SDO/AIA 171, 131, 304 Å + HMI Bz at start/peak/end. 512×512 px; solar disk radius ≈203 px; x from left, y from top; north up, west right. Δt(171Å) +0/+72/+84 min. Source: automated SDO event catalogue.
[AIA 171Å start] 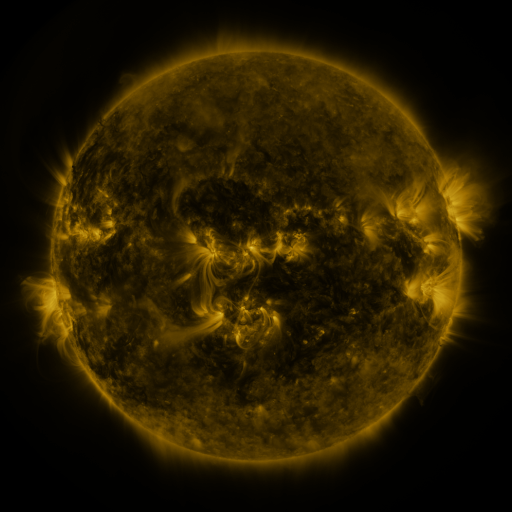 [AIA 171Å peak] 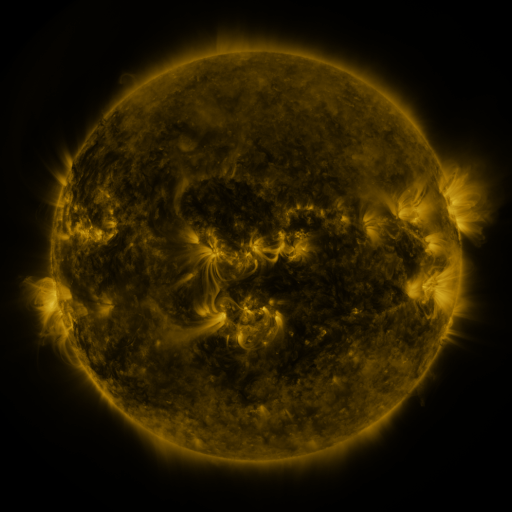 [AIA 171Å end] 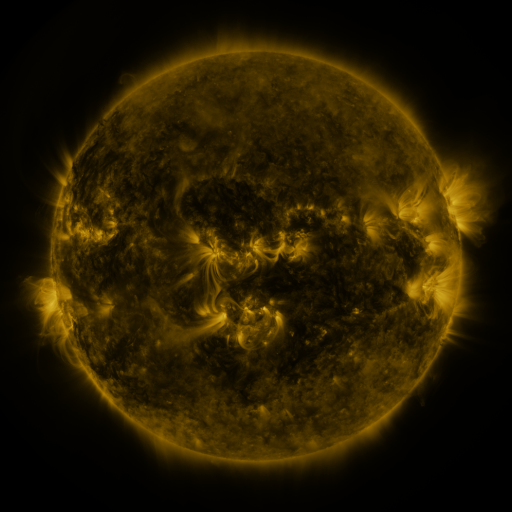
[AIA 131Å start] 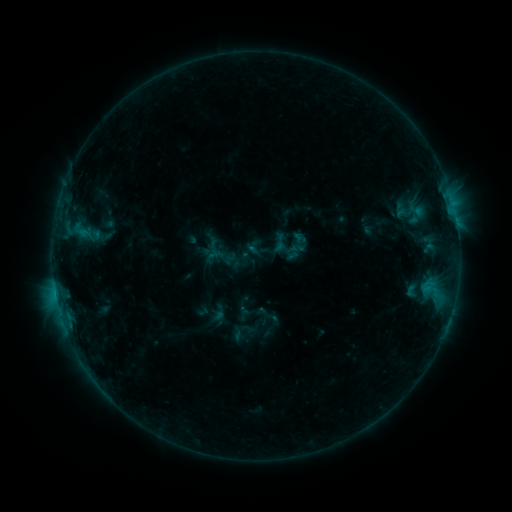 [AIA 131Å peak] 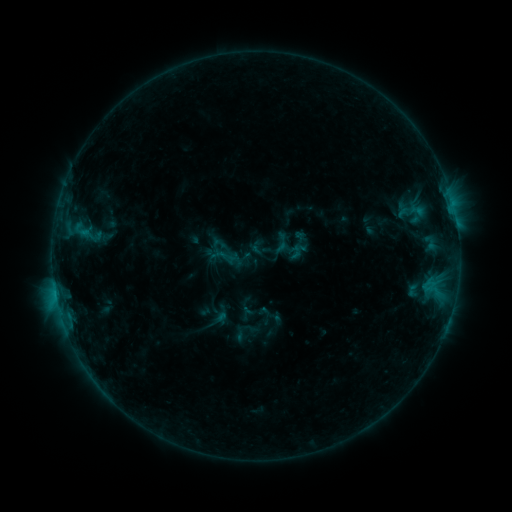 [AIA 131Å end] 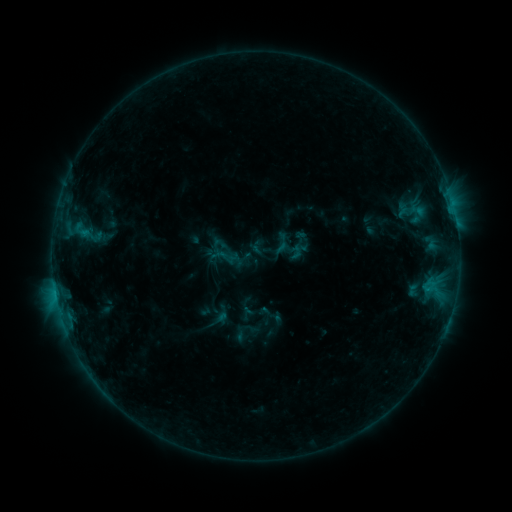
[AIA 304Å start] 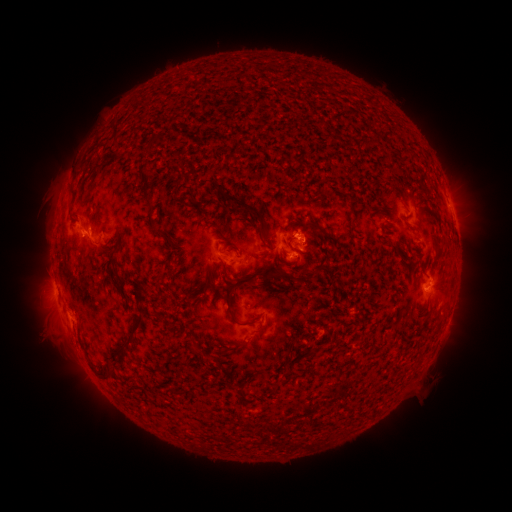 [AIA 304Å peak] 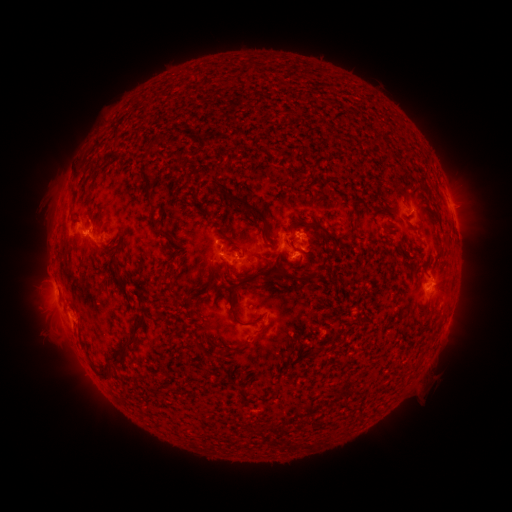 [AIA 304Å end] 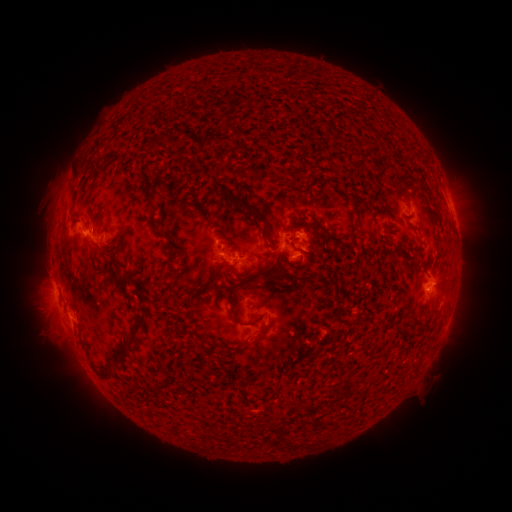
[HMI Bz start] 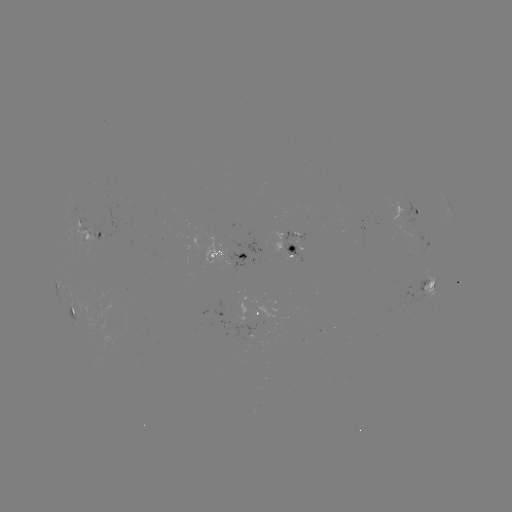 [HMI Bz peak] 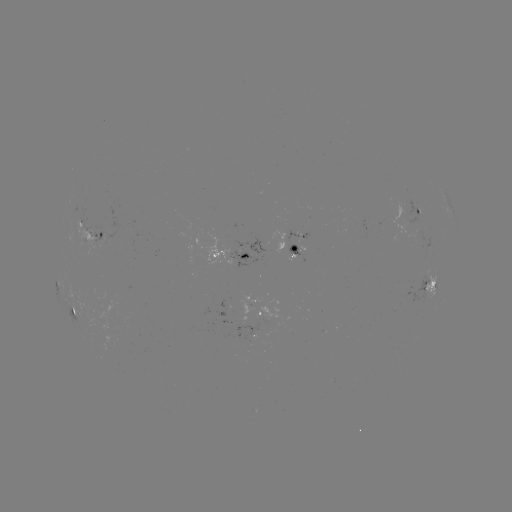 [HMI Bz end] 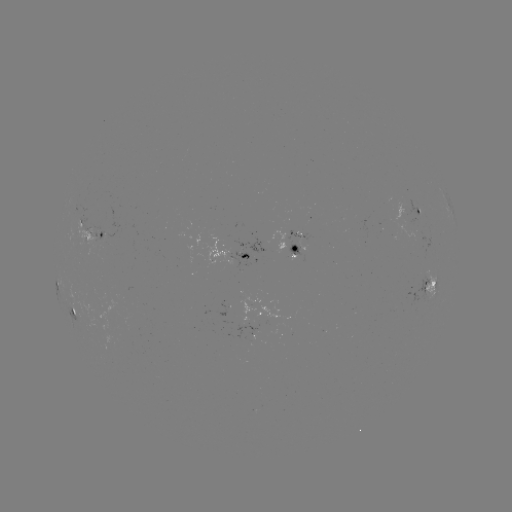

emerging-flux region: [285, 242, 305, 261]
